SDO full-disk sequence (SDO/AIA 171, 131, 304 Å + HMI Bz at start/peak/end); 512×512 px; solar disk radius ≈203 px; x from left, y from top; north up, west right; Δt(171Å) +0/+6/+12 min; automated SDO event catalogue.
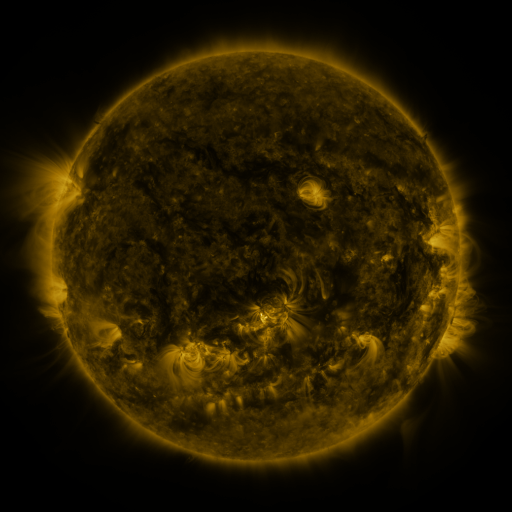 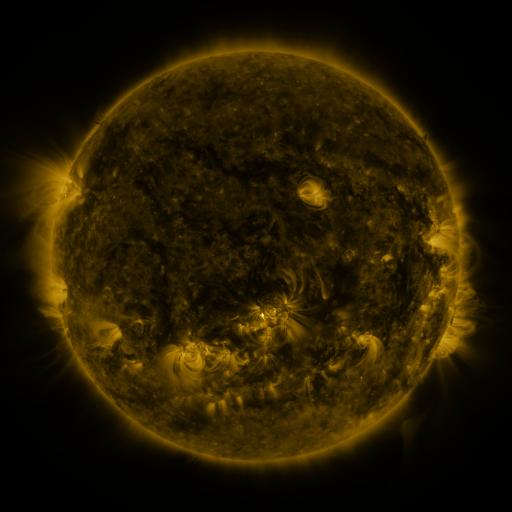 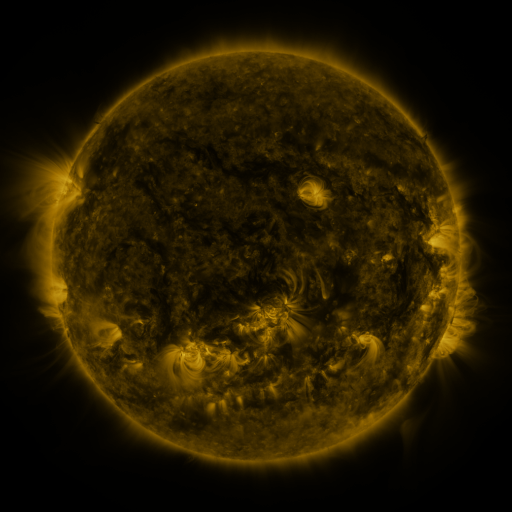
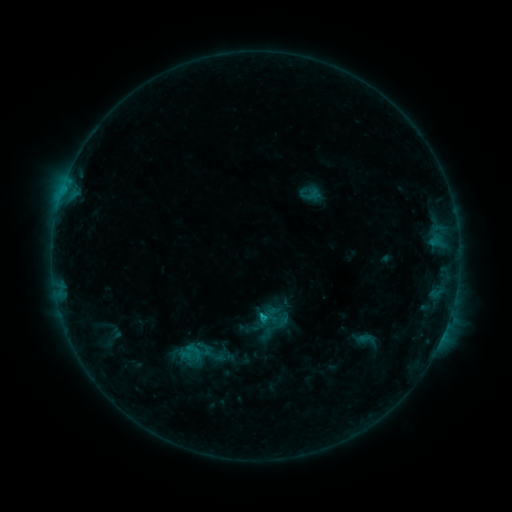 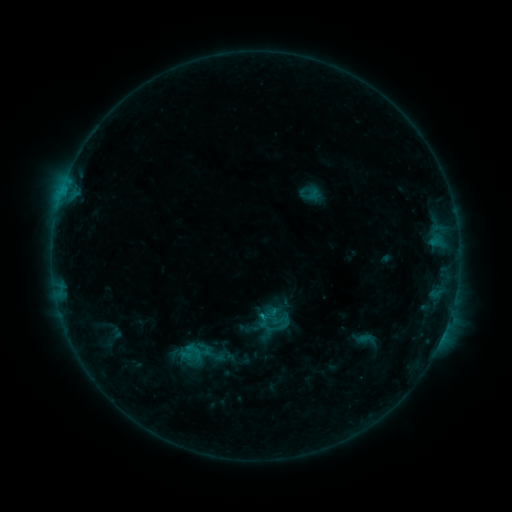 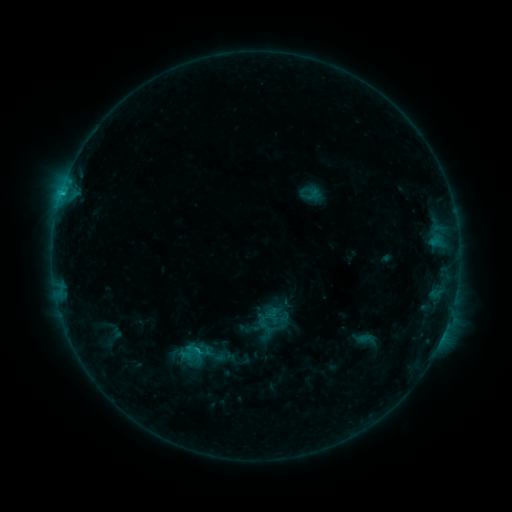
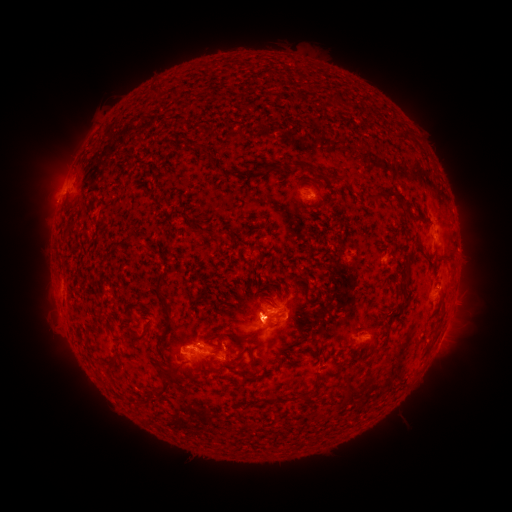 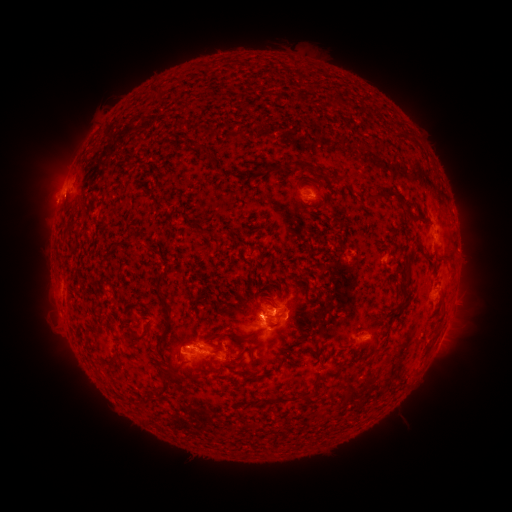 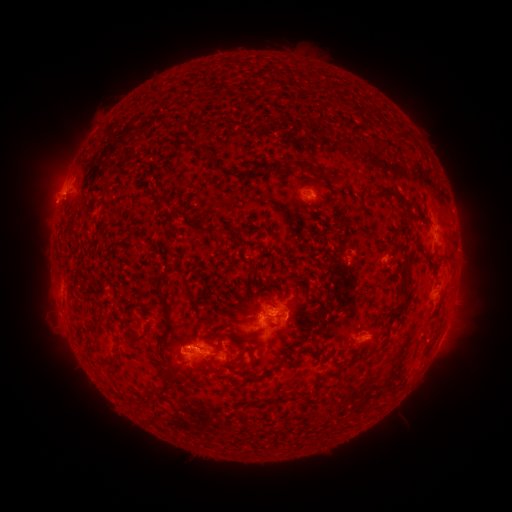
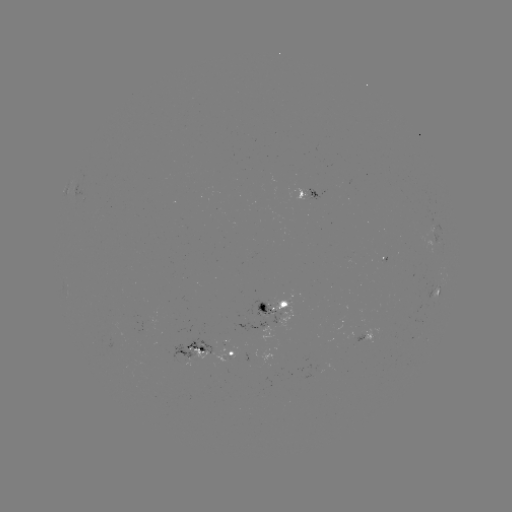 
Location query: eruption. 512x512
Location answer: (64, 198).